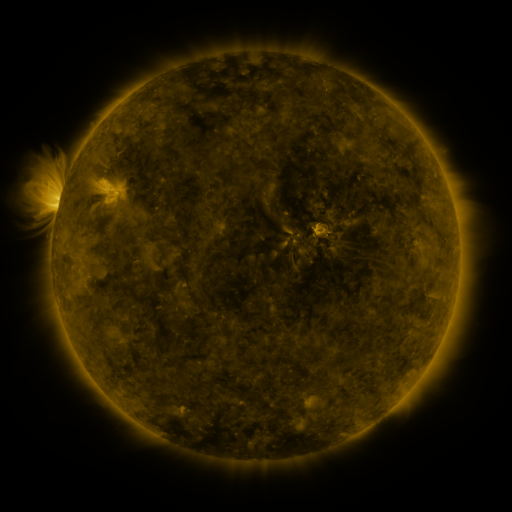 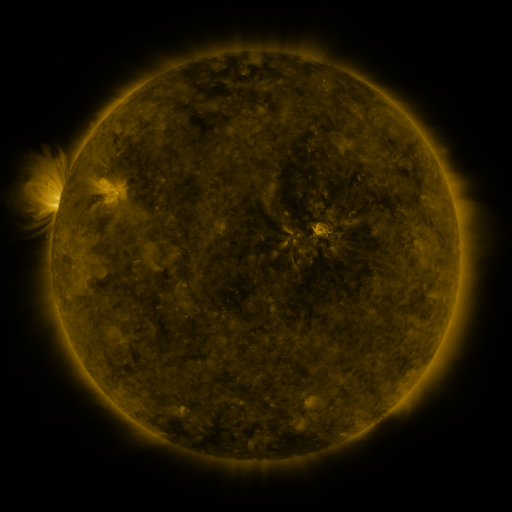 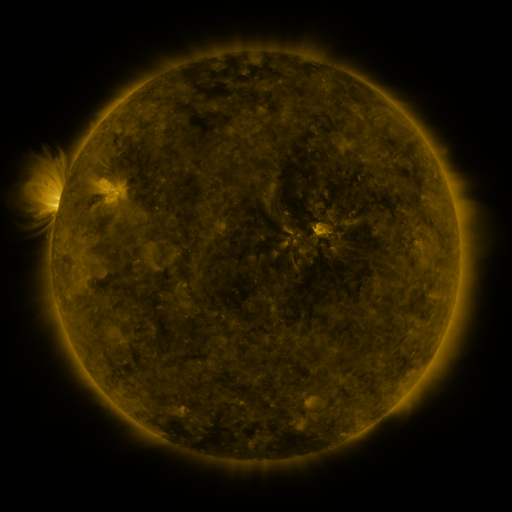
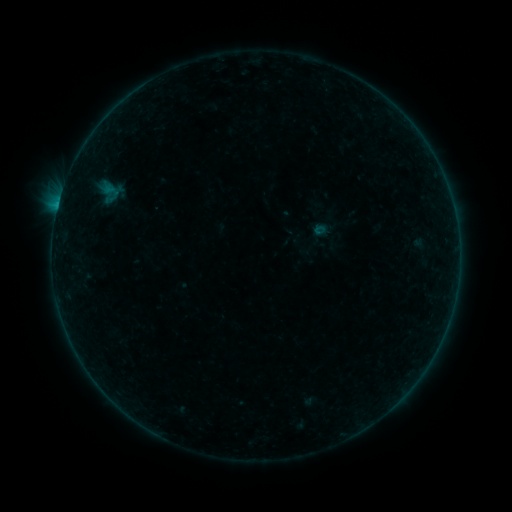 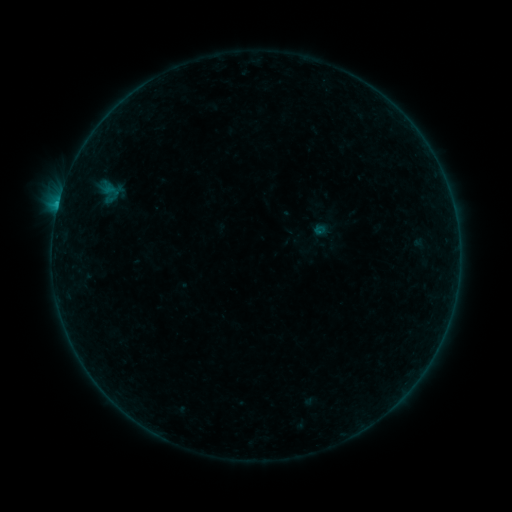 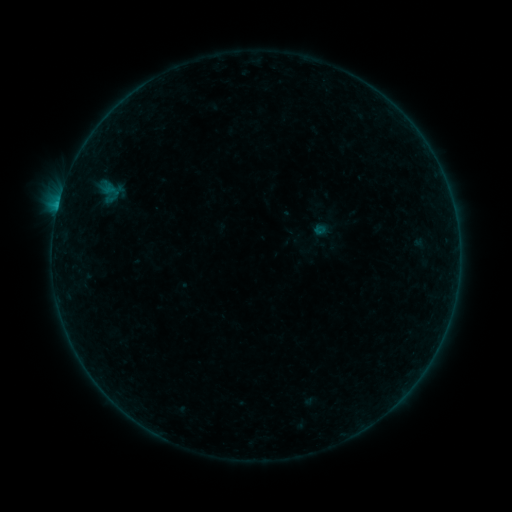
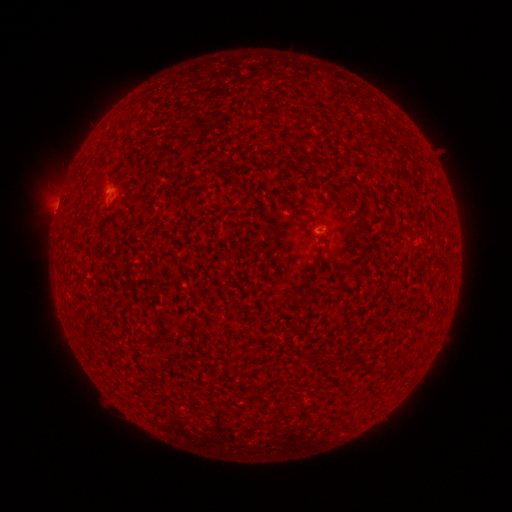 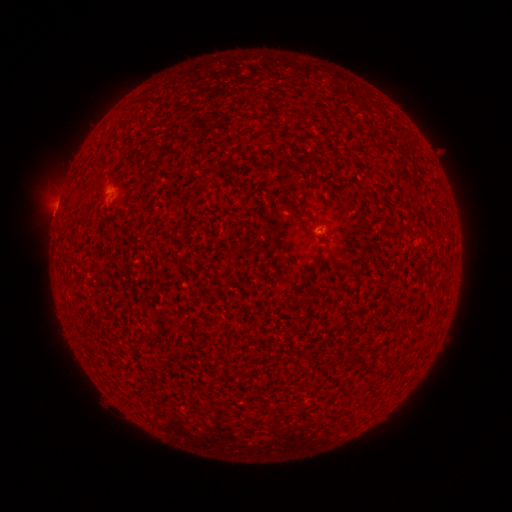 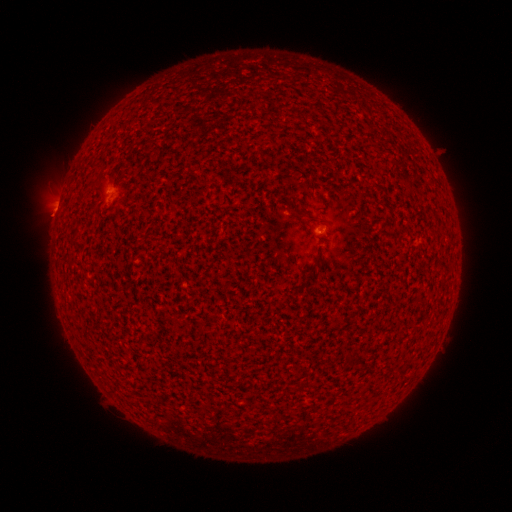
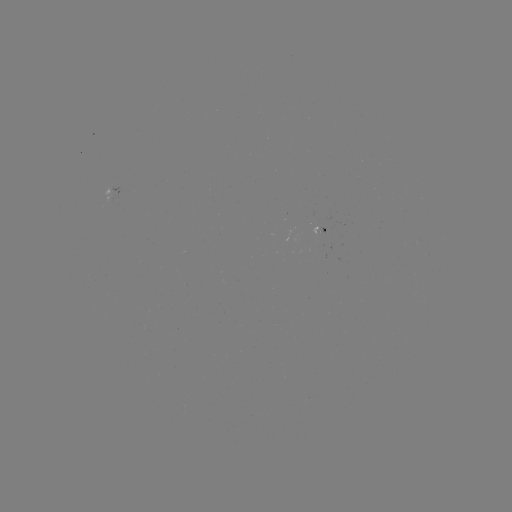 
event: flare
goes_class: B1.8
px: (58, 206)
